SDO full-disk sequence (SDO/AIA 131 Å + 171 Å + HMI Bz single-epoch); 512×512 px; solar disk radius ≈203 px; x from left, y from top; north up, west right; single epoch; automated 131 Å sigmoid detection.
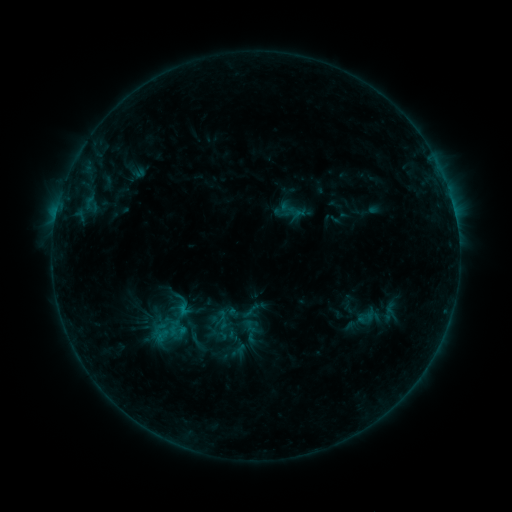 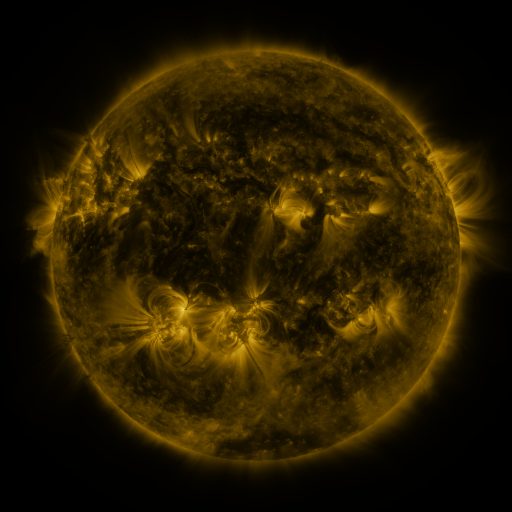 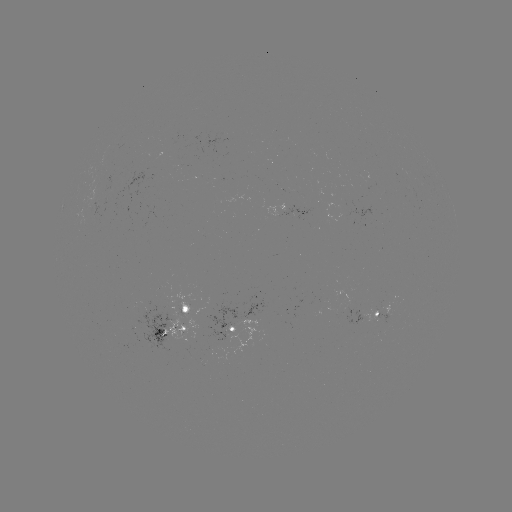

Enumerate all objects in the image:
sigmoid: <bbox>240, 300, 261, 321</bbox>
